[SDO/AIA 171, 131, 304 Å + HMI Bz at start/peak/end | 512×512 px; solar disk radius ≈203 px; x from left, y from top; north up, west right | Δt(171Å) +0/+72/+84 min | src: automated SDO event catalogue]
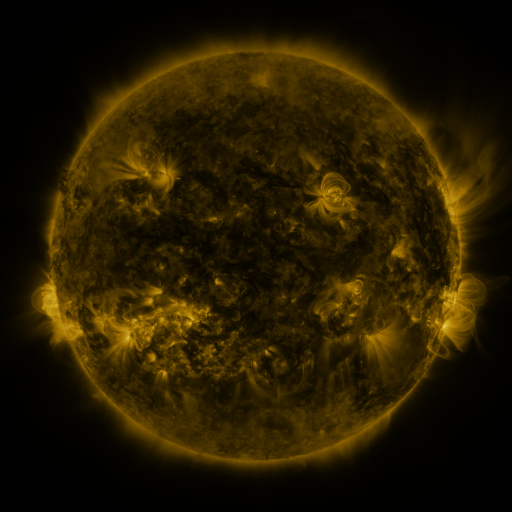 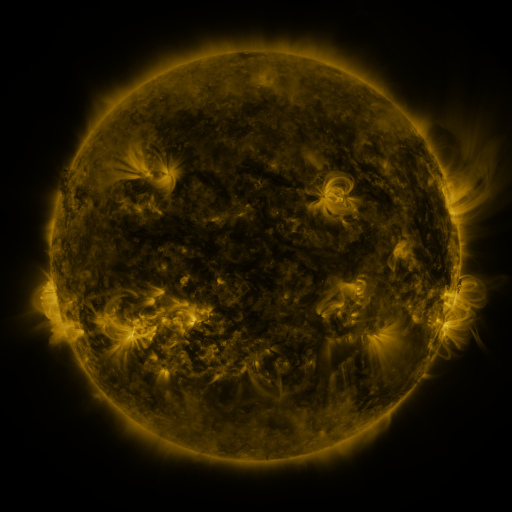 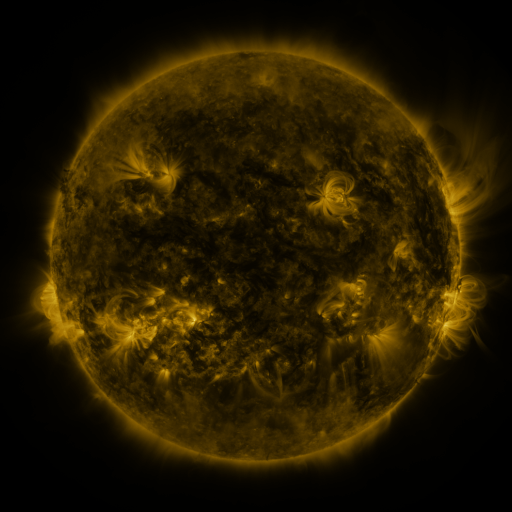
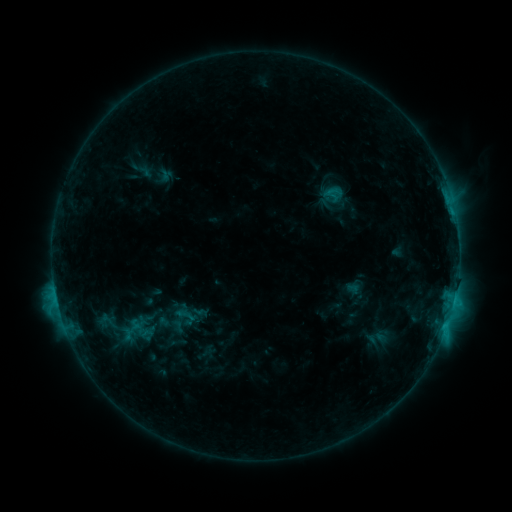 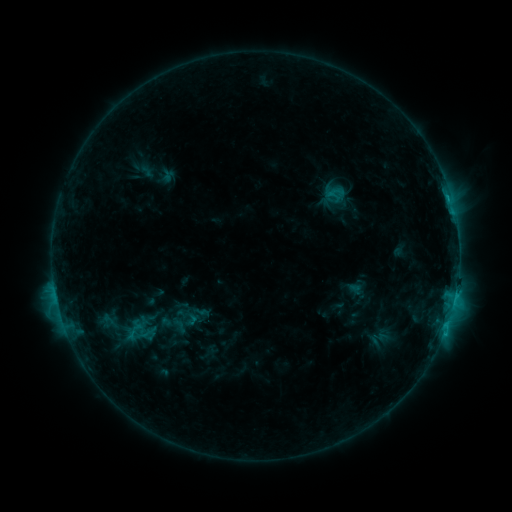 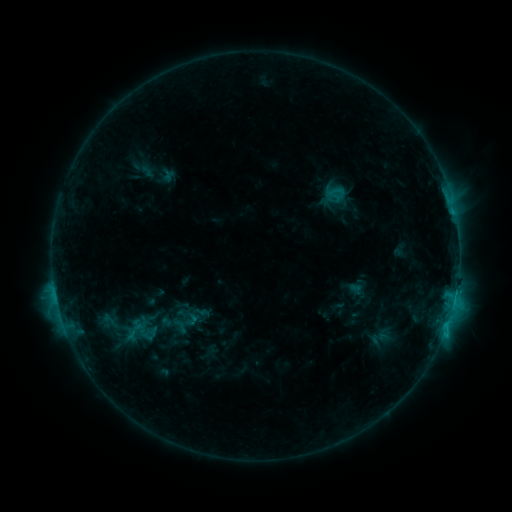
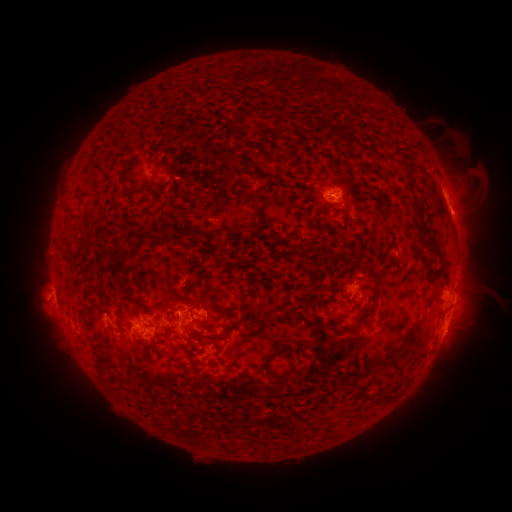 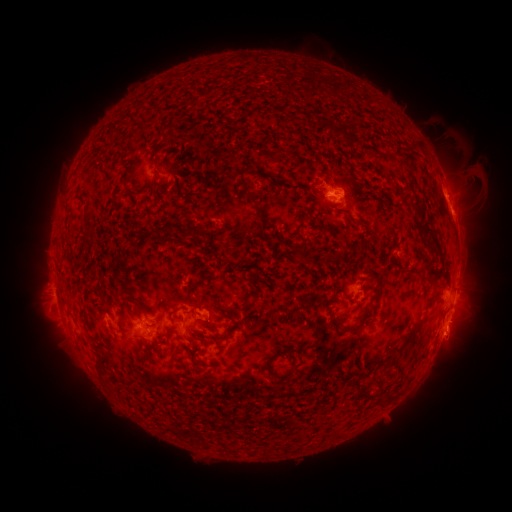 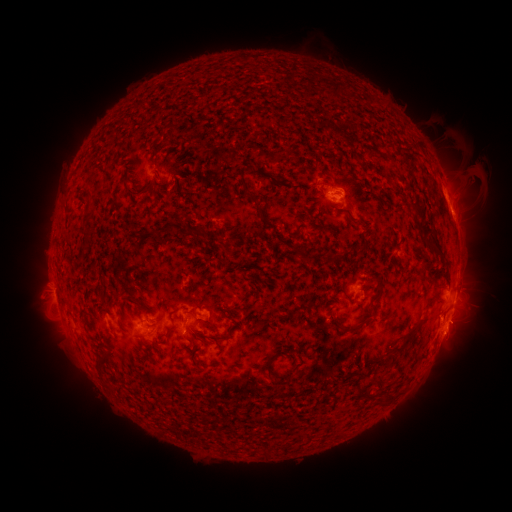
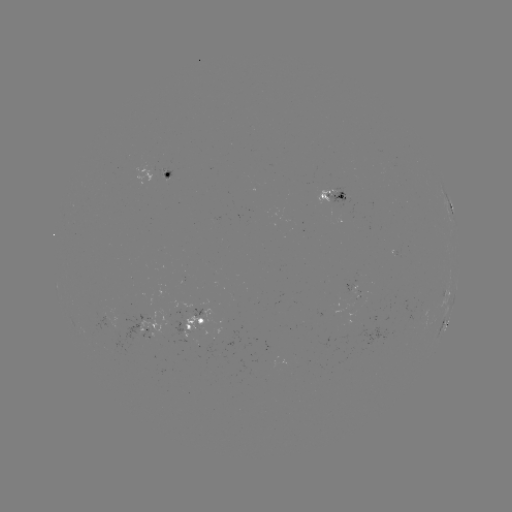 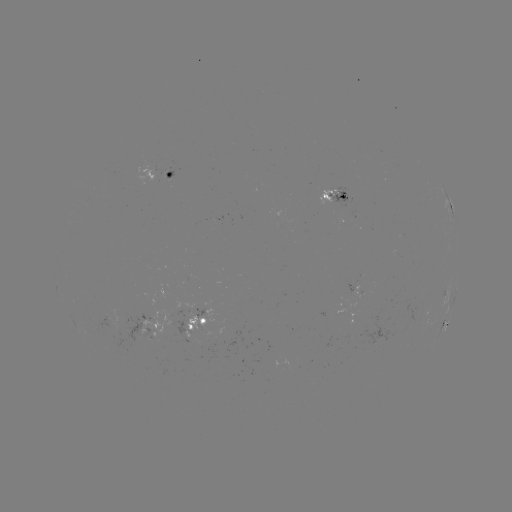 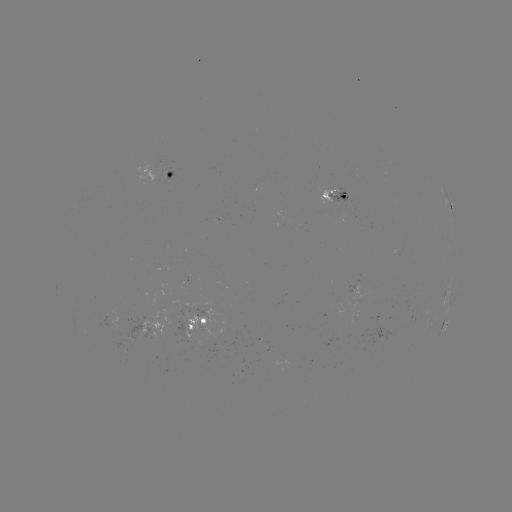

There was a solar emerging-flux region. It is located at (160, 169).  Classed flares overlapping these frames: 1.